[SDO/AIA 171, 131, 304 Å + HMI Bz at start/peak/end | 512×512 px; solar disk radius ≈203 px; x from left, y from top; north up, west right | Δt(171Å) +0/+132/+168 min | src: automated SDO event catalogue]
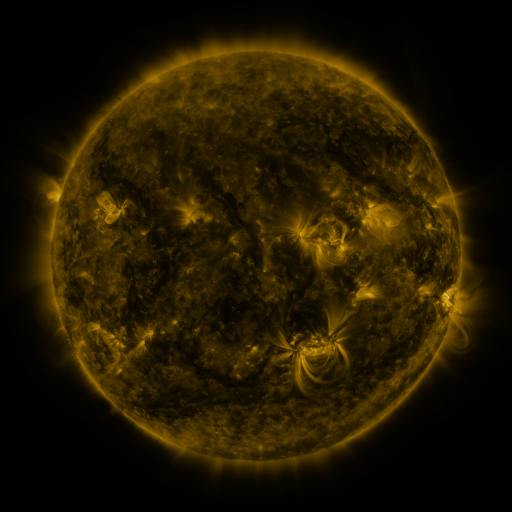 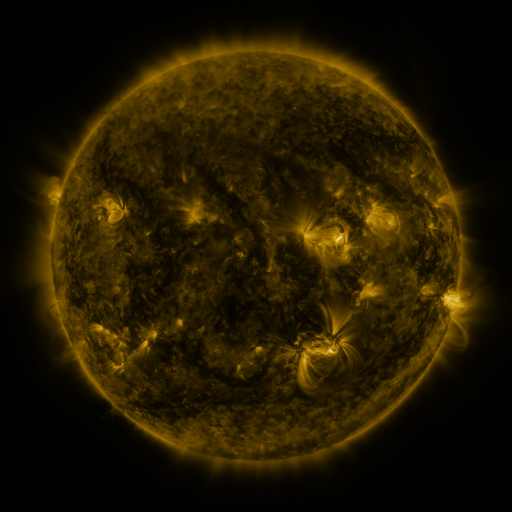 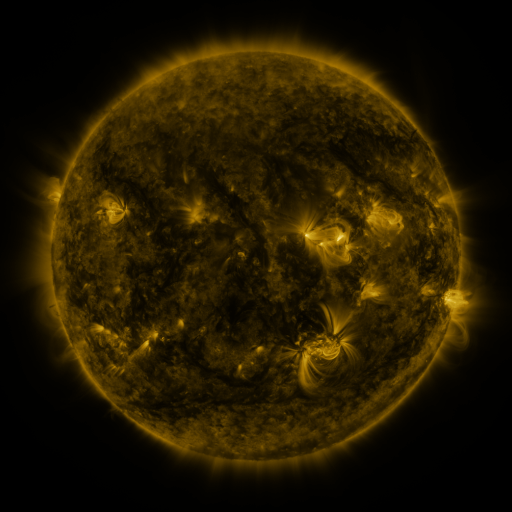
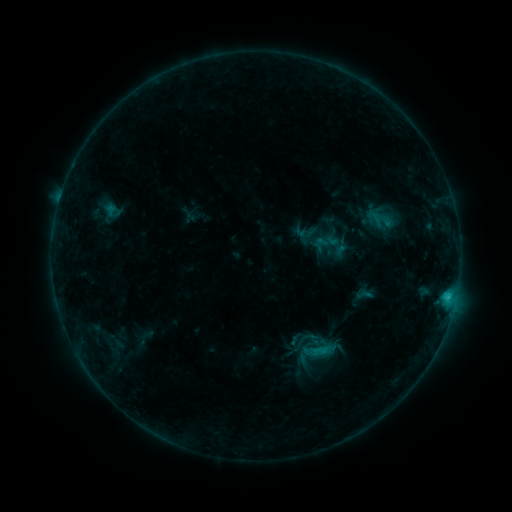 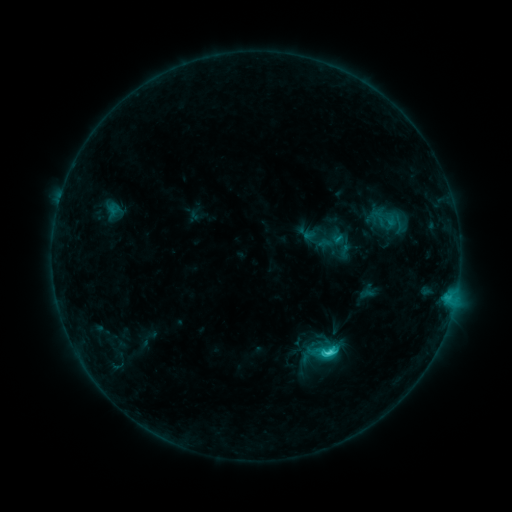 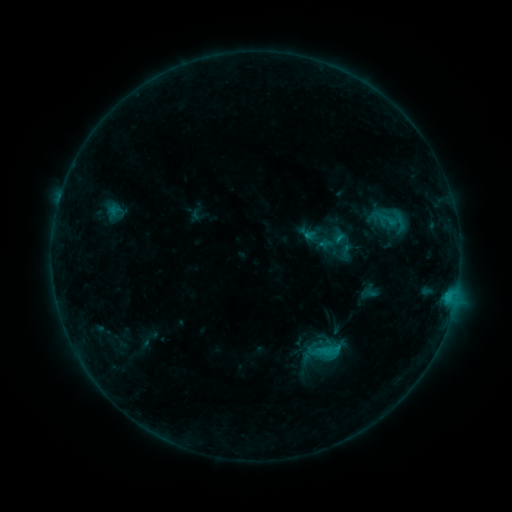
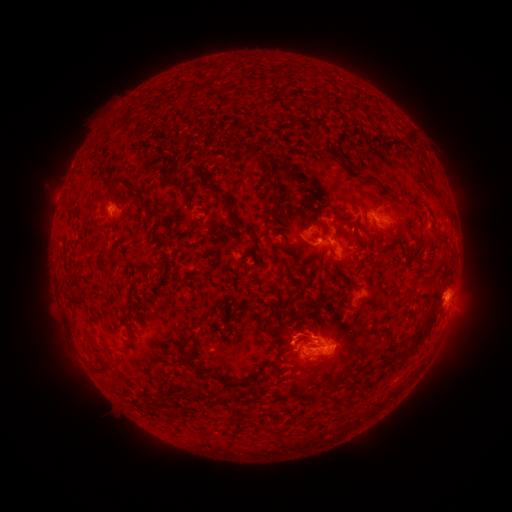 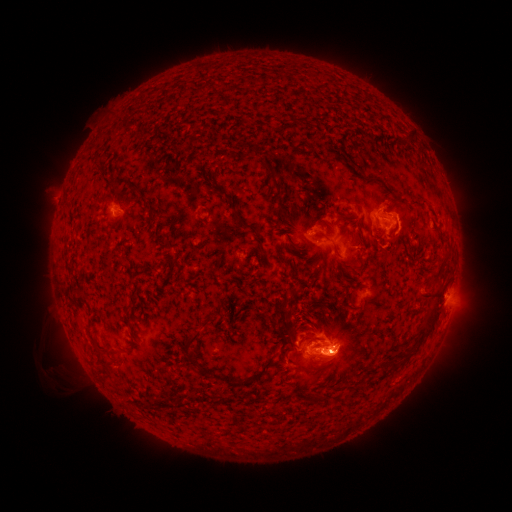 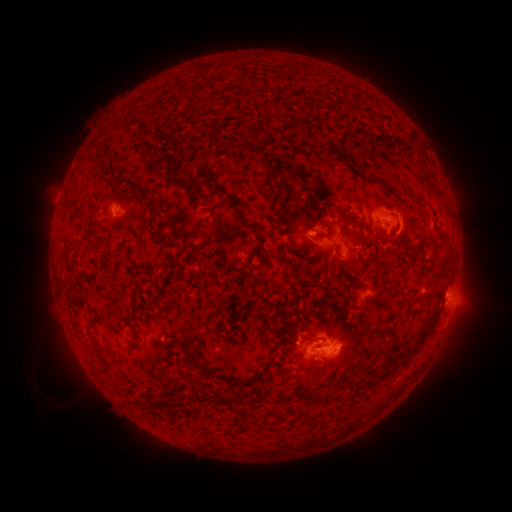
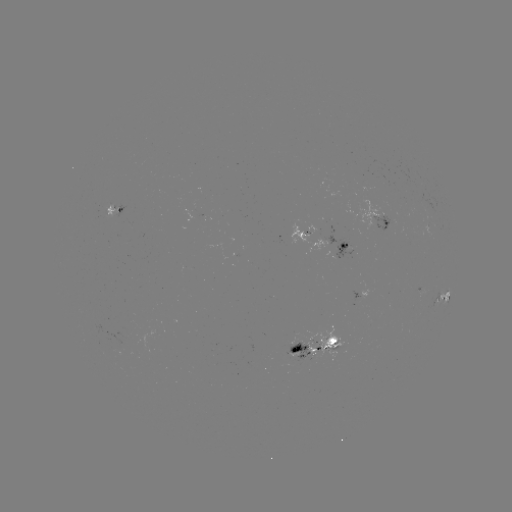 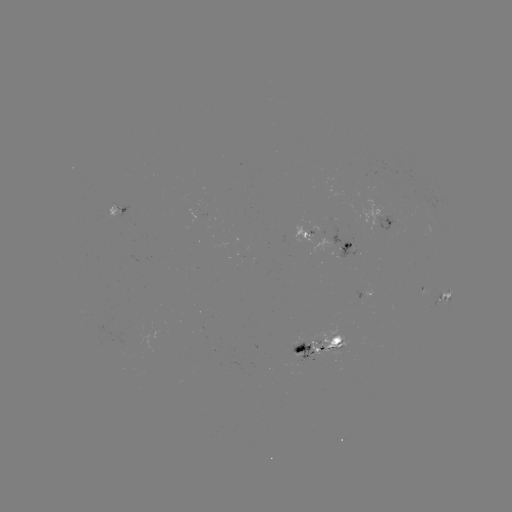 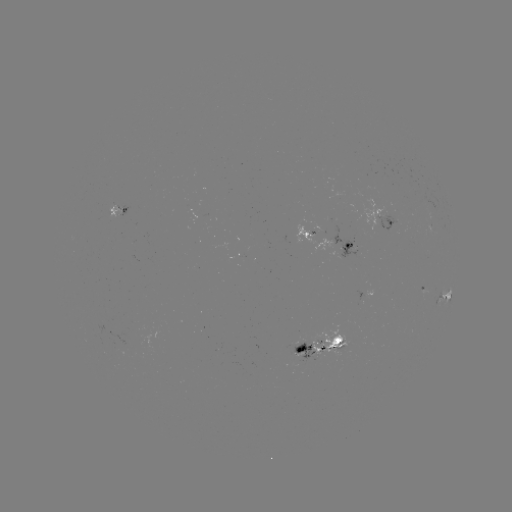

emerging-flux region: <bbox>292, 218, 333, 252</bbox>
